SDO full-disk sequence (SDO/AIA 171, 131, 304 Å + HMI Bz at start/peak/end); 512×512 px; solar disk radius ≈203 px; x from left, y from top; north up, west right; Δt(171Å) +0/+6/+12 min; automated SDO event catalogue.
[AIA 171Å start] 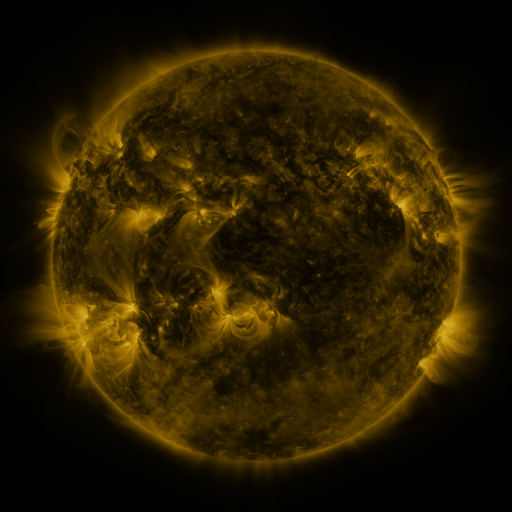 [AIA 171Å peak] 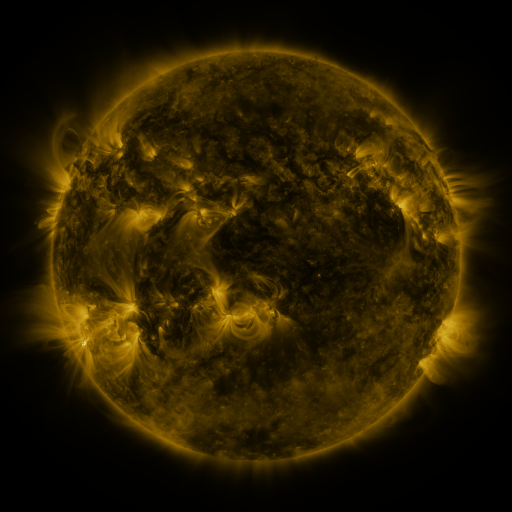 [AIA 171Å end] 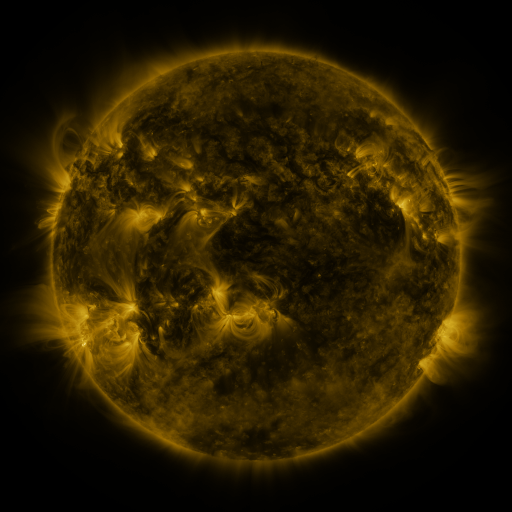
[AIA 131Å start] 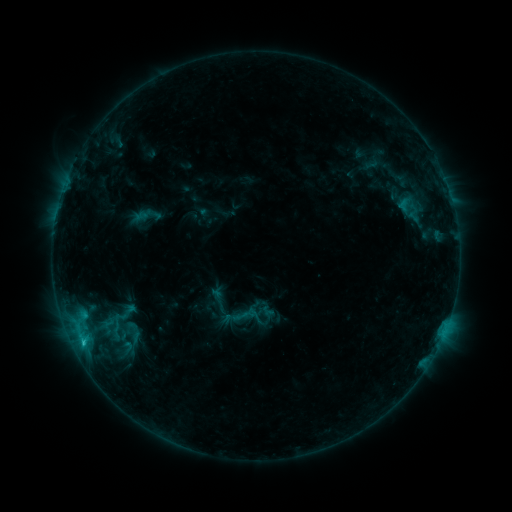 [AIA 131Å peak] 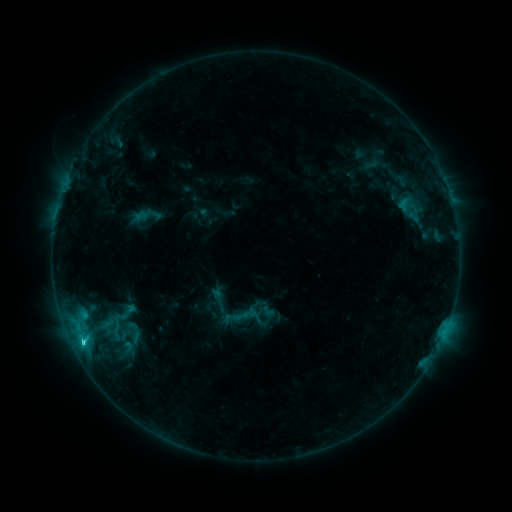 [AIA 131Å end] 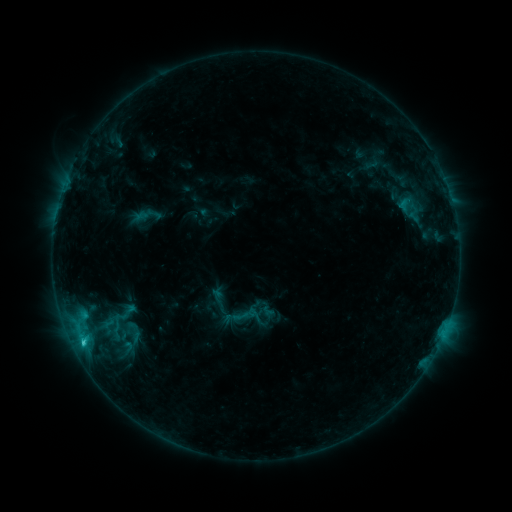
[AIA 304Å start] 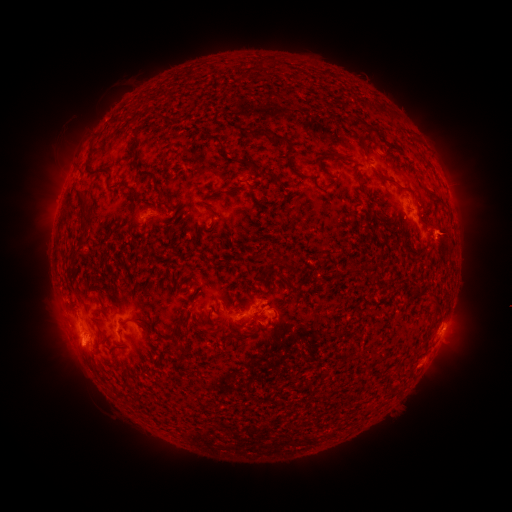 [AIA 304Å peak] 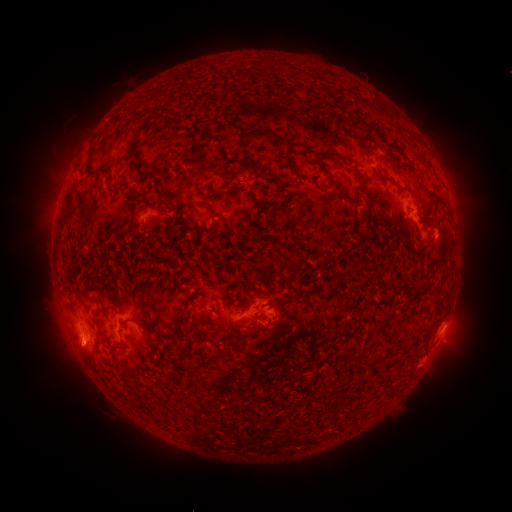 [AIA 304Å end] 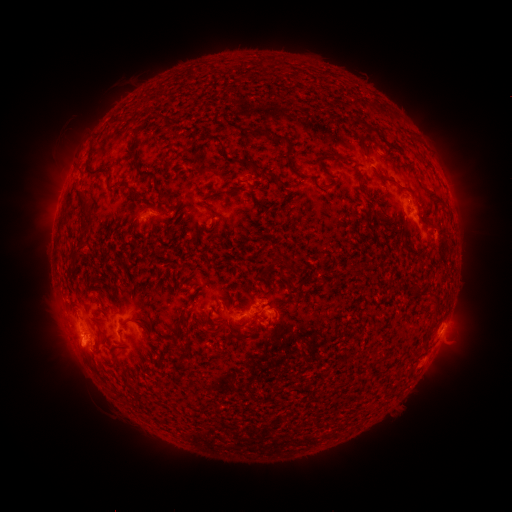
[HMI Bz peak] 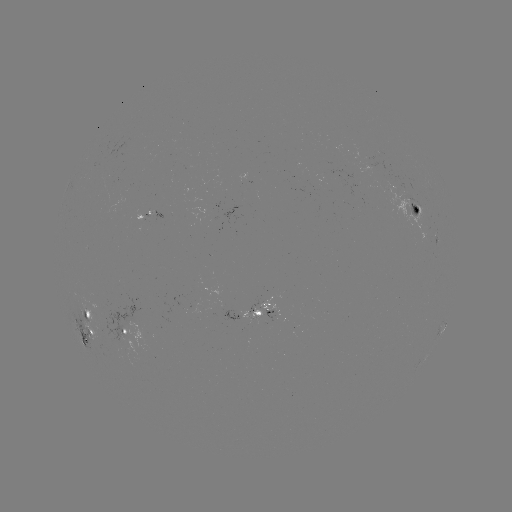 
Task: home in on C1.5 flare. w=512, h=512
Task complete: (83, 338).